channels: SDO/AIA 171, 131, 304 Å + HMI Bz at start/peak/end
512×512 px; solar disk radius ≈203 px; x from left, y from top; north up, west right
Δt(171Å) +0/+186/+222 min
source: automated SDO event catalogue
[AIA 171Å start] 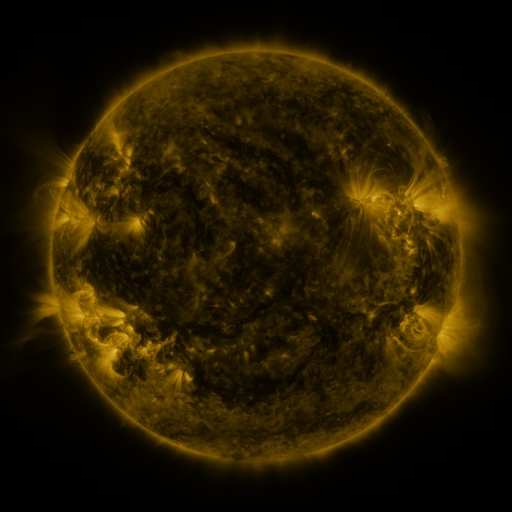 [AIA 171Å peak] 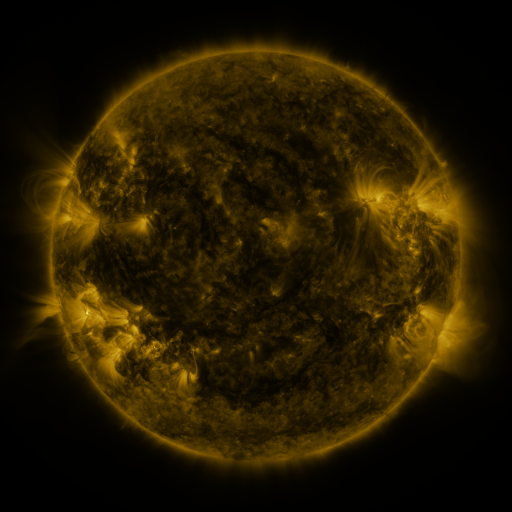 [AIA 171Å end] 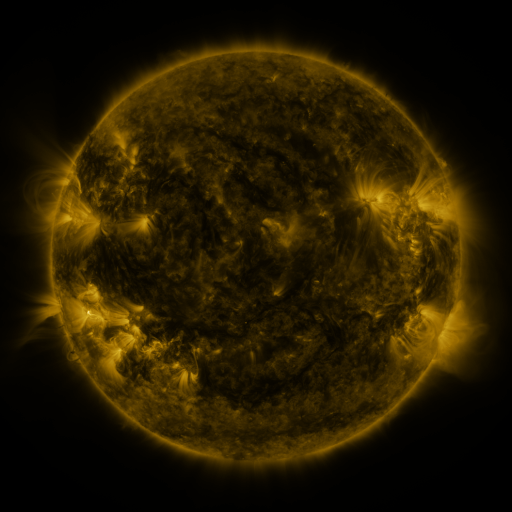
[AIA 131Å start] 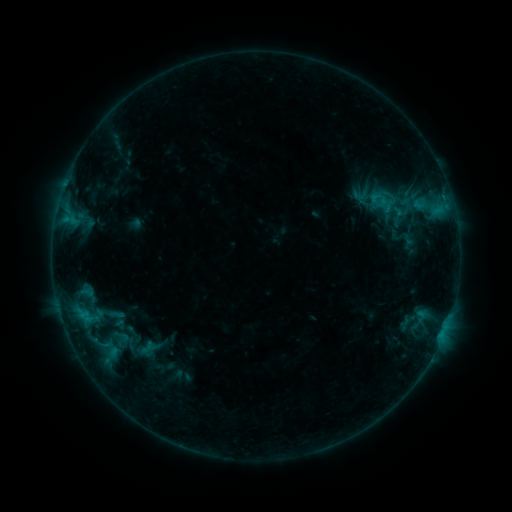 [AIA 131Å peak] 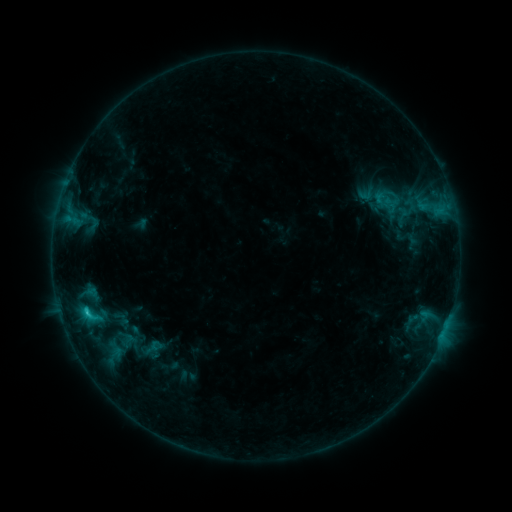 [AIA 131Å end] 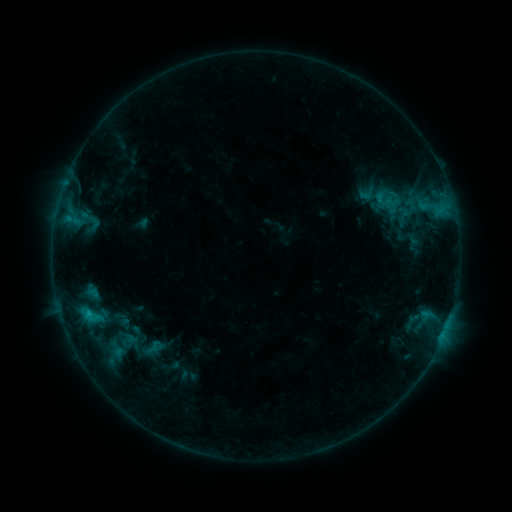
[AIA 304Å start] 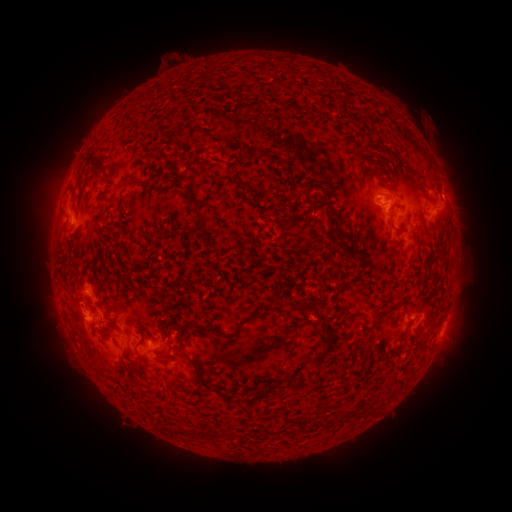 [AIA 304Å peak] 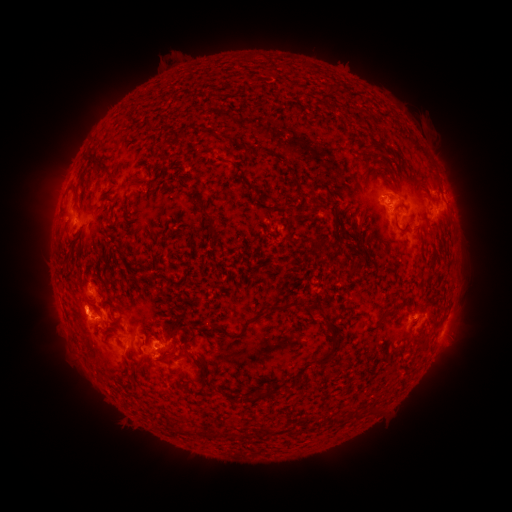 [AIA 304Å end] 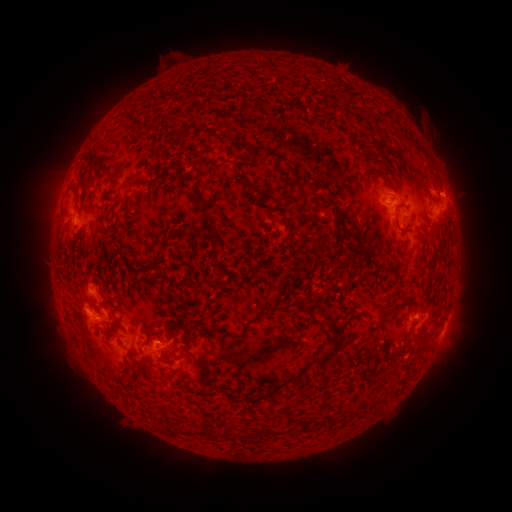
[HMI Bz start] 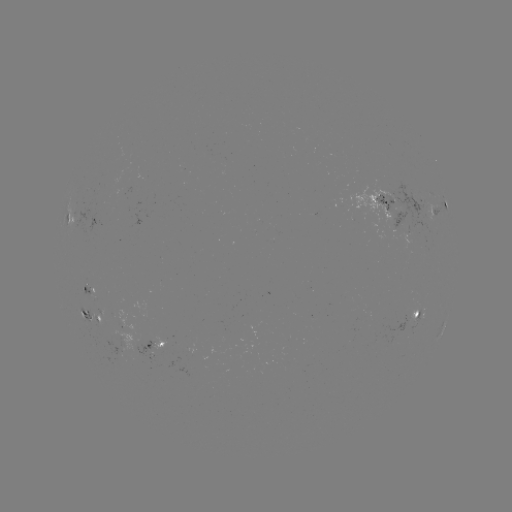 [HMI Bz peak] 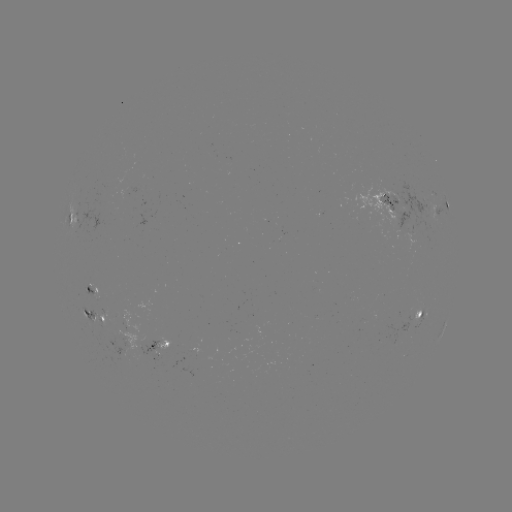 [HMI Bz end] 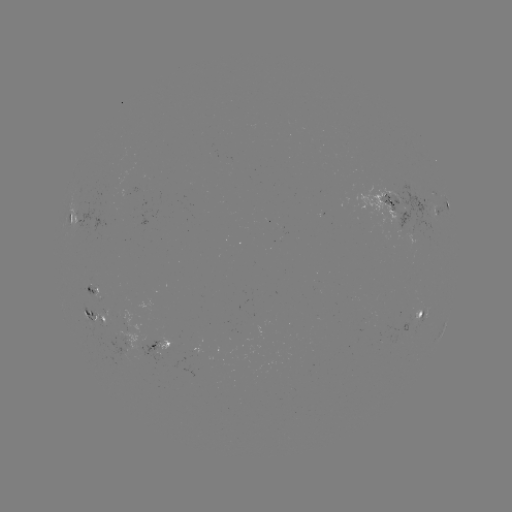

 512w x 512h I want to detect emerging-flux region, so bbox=[151, 334, 175, 355].